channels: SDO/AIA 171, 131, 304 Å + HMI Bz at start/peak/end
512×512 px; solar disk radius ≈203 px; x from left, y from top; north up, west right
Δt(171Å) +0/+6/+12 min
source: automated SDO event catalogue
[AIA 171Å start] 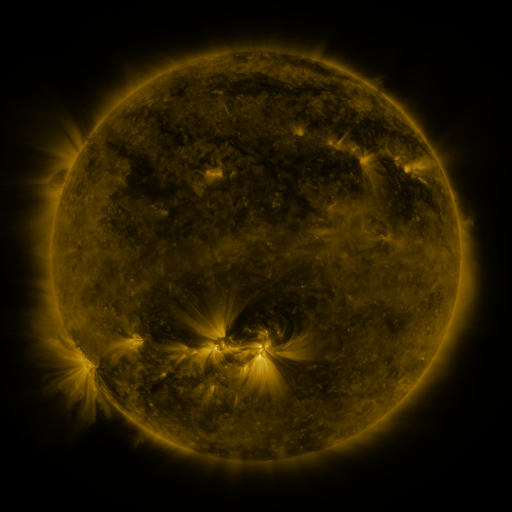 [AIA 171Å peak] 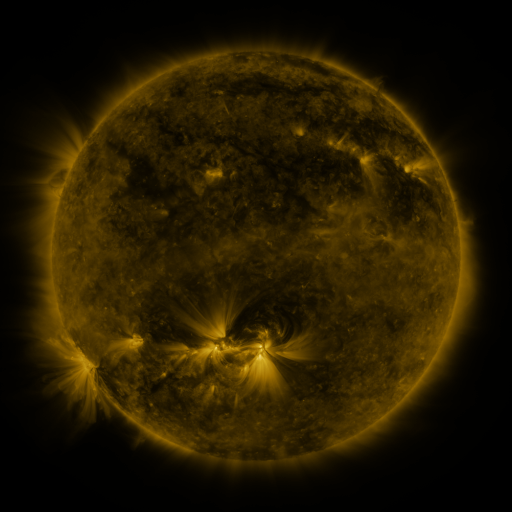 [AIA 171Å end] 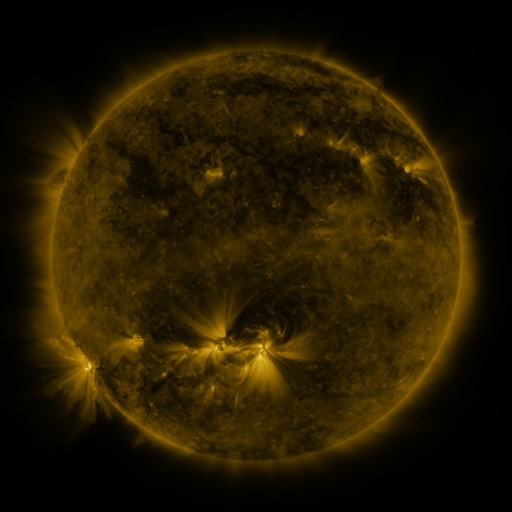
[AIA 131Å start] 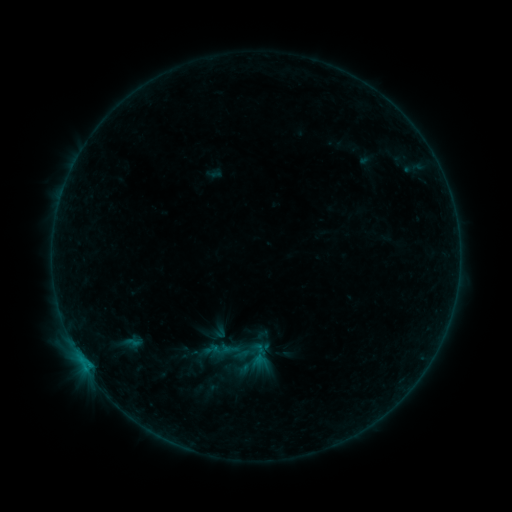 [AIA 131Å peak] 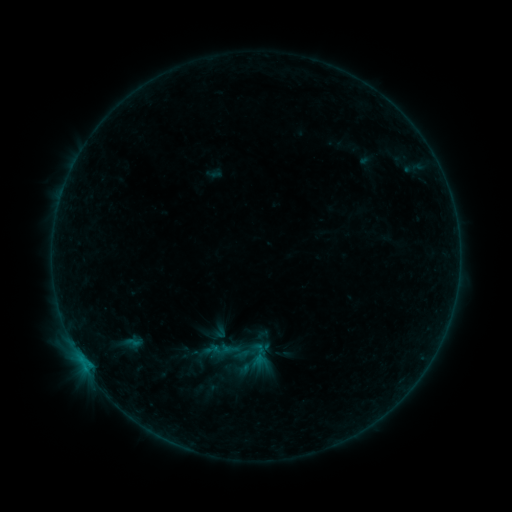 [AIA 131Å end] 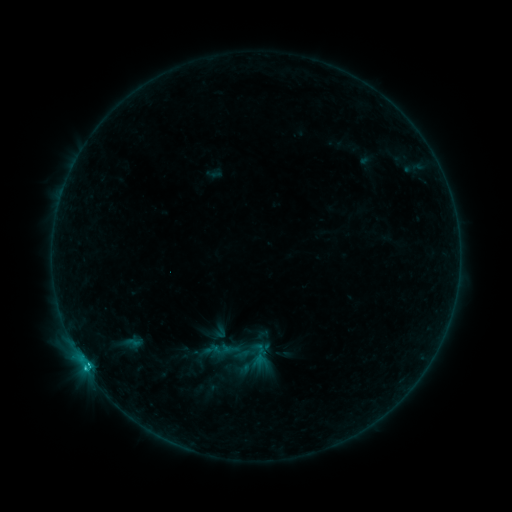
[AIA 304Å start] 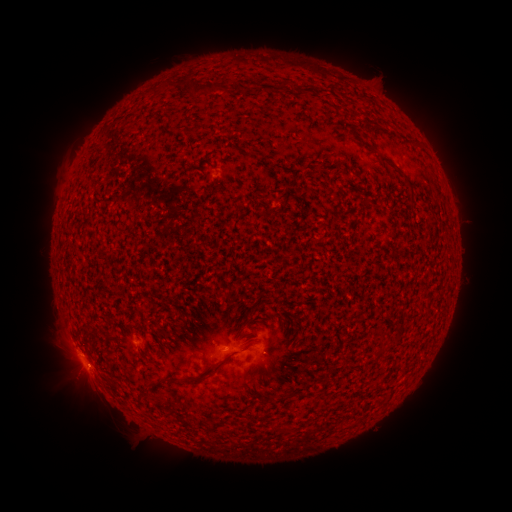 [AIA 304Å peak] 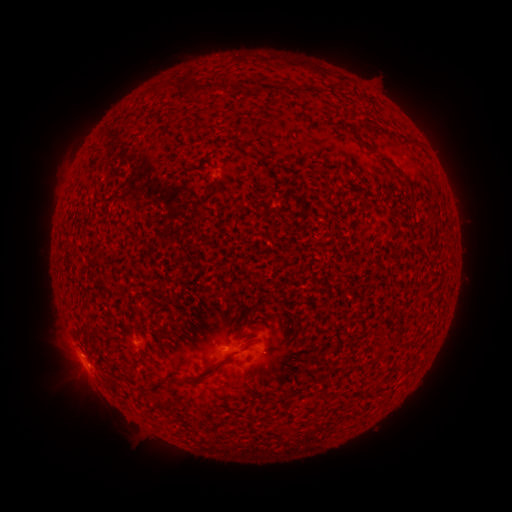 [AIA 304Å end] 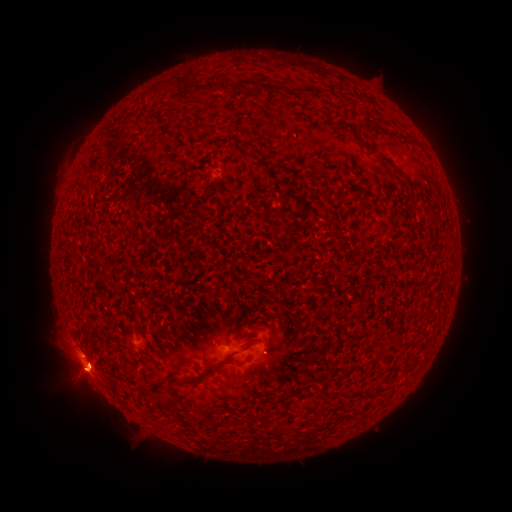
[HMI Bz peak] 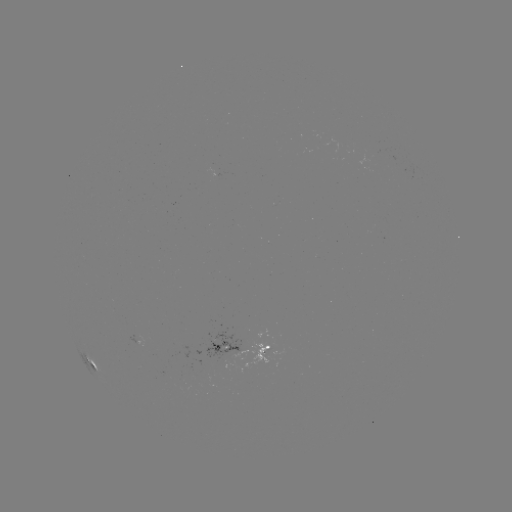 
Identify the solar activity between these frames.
C1.3 flare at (80, 358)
